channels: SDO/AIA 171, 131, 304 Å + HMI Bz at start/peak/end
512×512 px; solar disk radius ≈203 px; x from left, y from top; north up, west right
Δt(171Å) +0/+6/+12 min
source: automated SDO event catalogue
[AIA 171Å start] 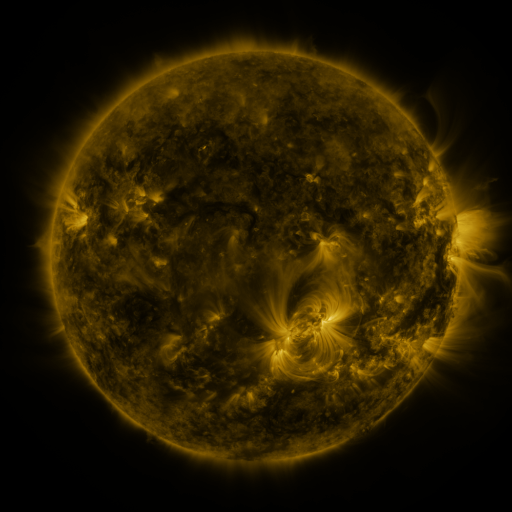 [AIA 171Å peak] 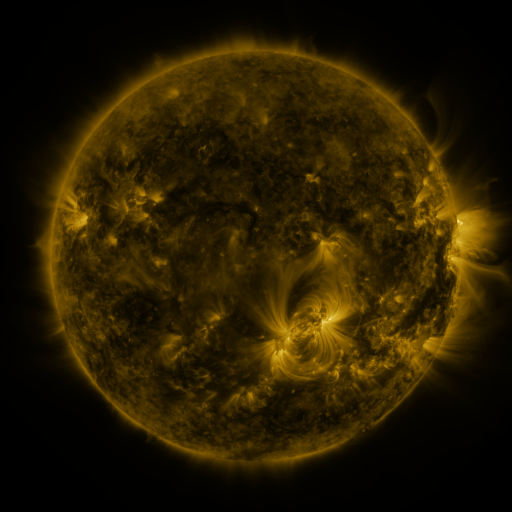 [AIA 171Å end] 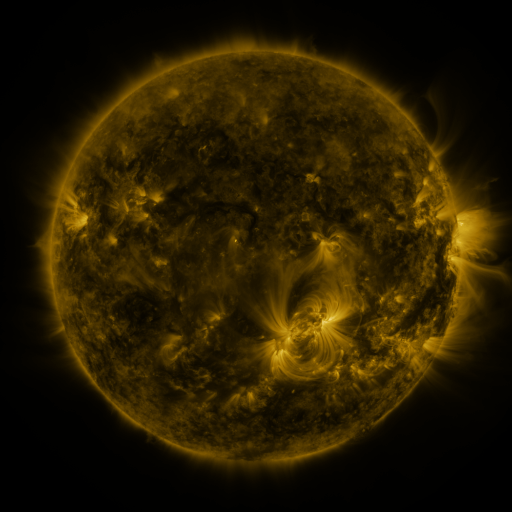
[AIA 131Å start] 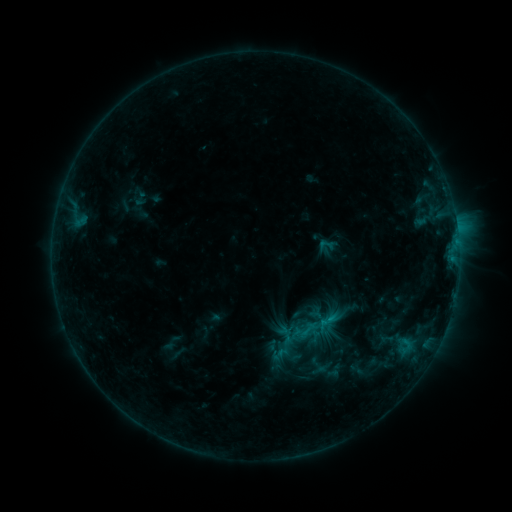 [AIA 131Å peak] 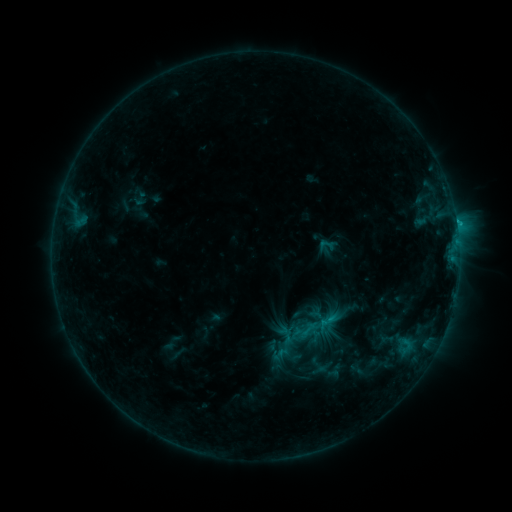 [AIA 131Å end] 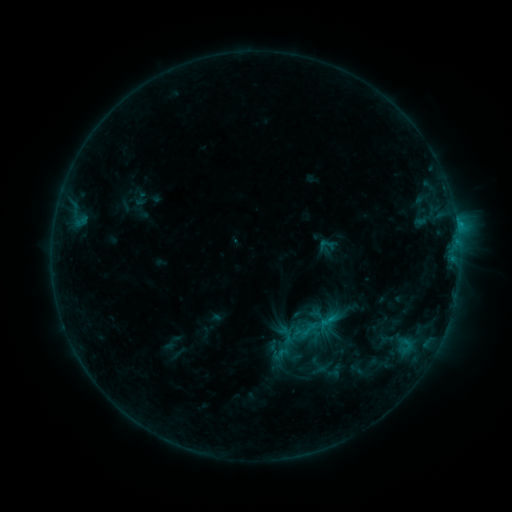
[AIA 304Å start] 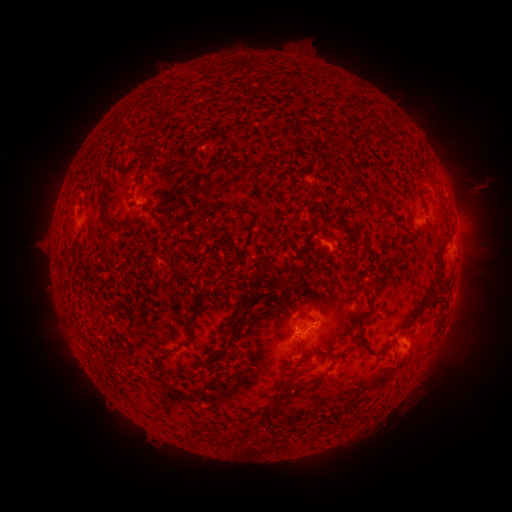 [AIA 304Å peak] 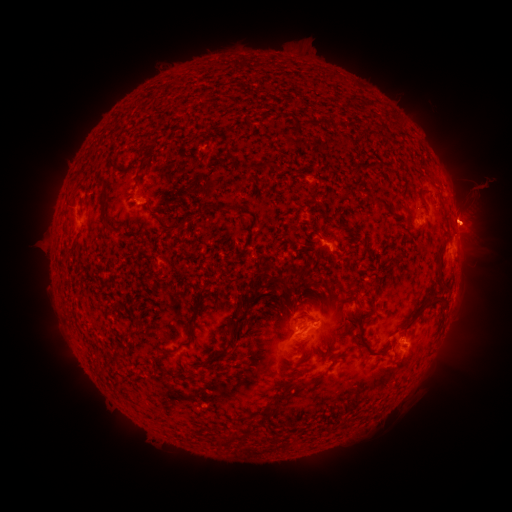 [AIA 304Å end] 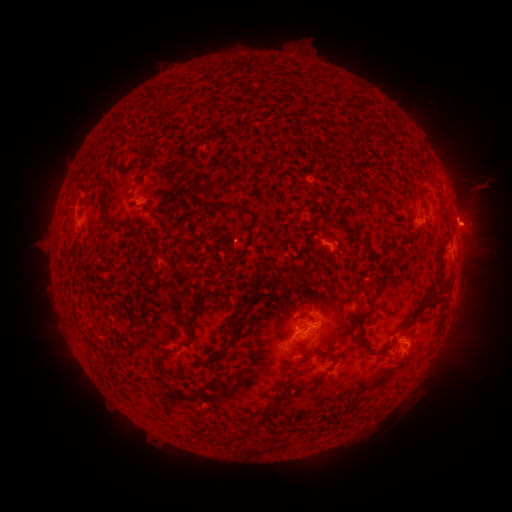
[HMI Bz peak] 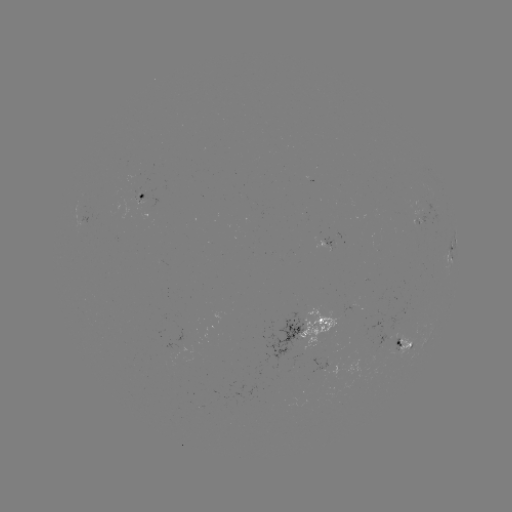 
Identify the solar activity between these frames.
eruption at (476, 221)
